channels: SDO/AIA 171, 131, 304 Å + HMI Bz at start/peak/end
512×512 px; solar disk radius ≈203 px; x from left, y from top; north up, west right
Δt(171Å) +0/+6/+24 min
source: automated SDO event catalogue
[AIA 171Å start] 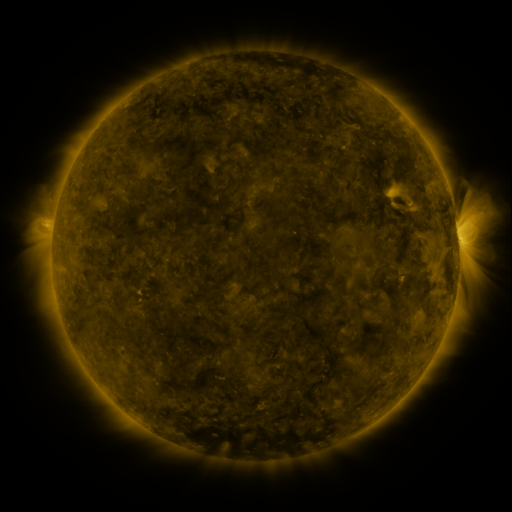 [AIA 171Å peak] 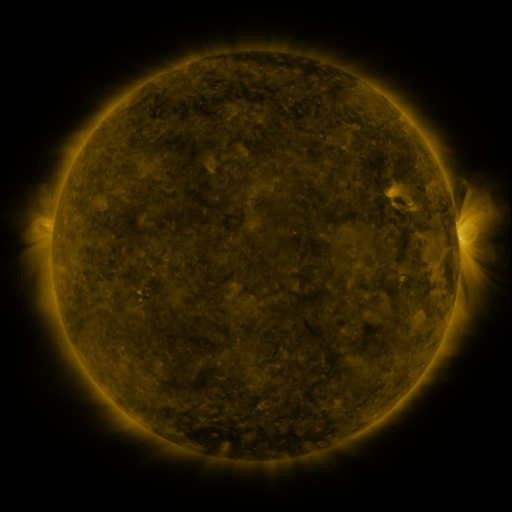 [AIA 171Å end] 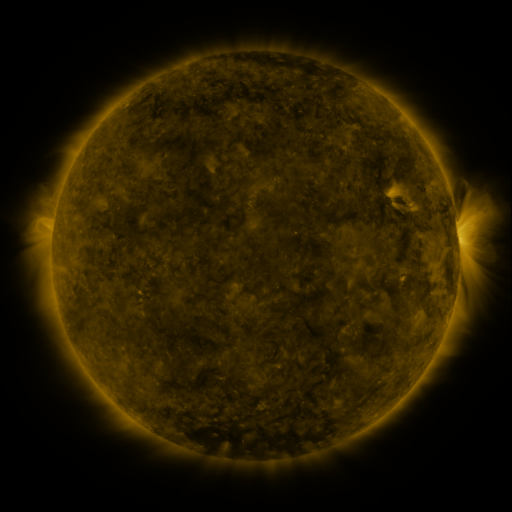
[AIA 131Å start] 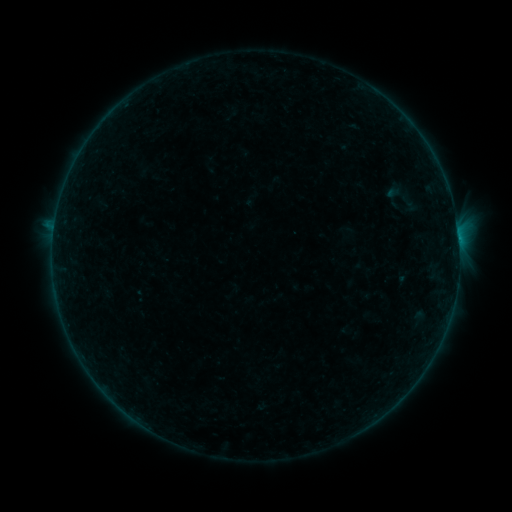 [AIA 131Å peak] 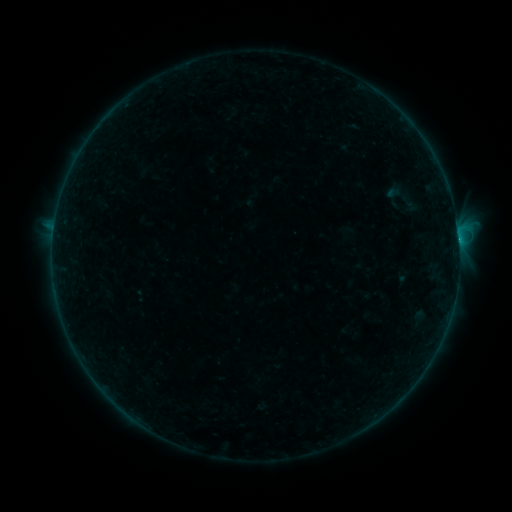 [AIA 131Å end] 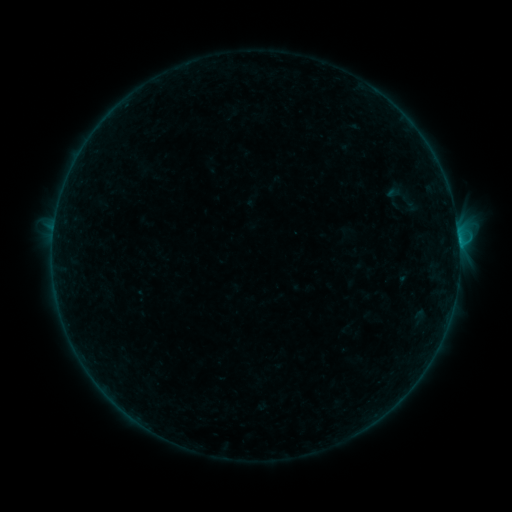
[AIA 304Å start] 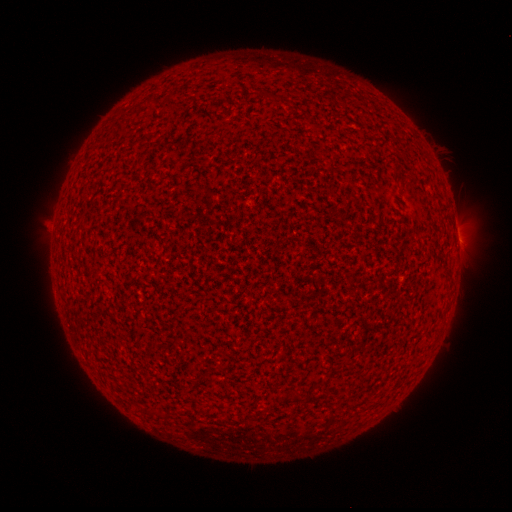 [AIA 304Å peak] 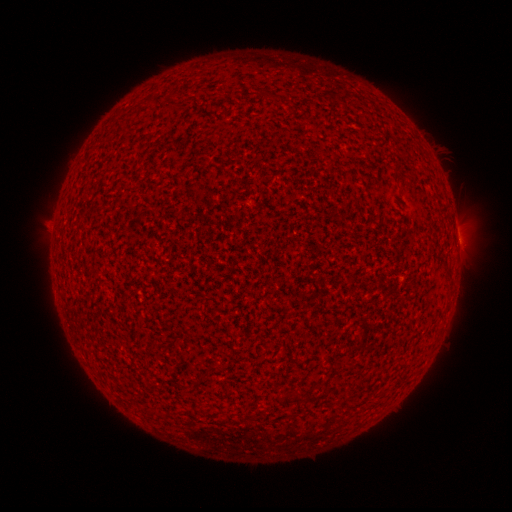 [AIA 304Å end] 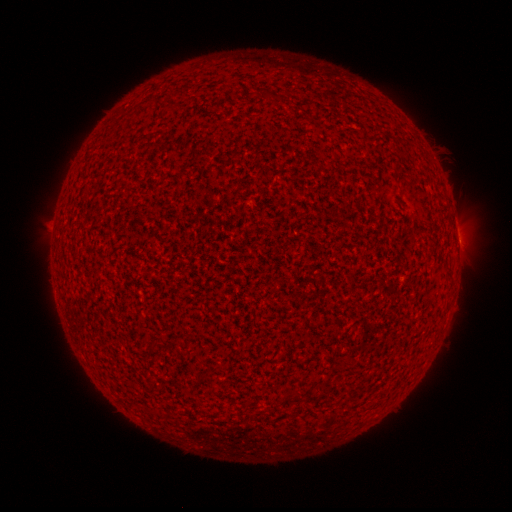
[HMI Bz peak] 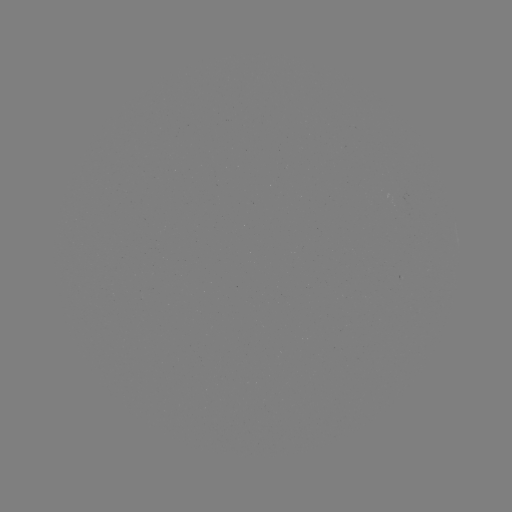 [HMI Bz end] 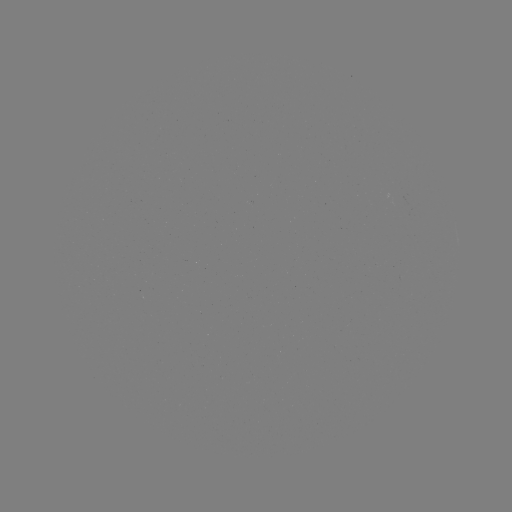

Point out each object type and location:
B7.2 flare: (458, 241)
